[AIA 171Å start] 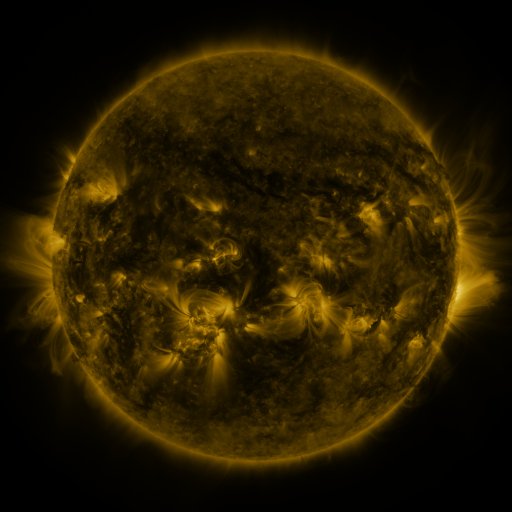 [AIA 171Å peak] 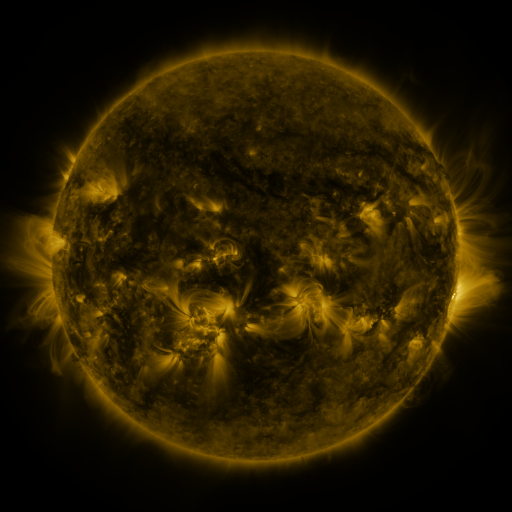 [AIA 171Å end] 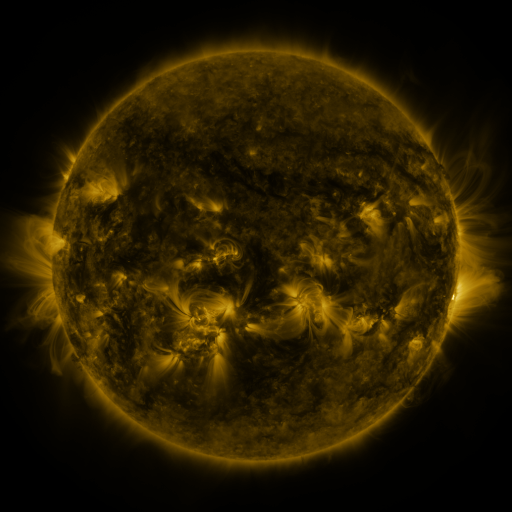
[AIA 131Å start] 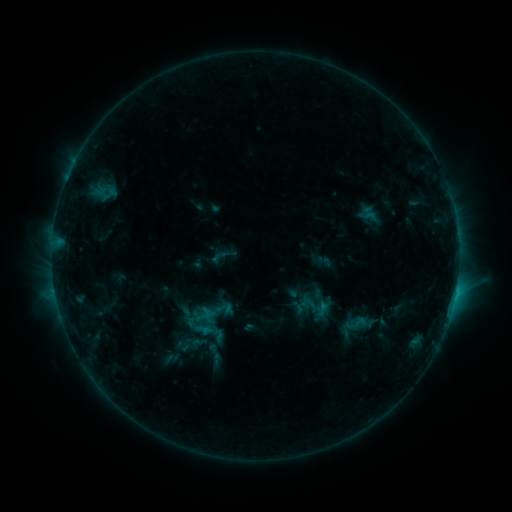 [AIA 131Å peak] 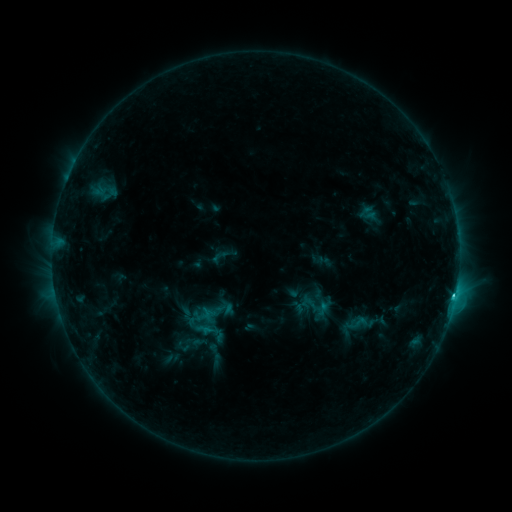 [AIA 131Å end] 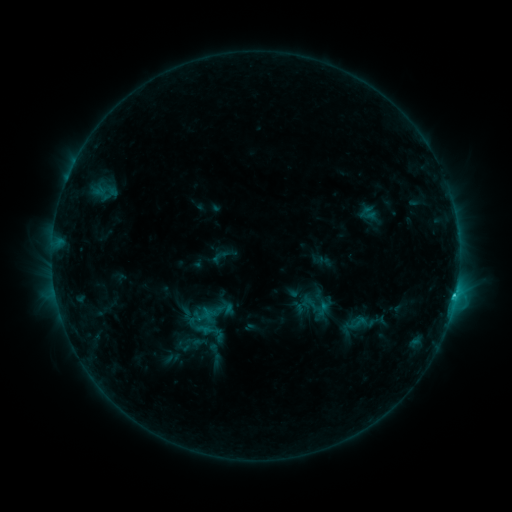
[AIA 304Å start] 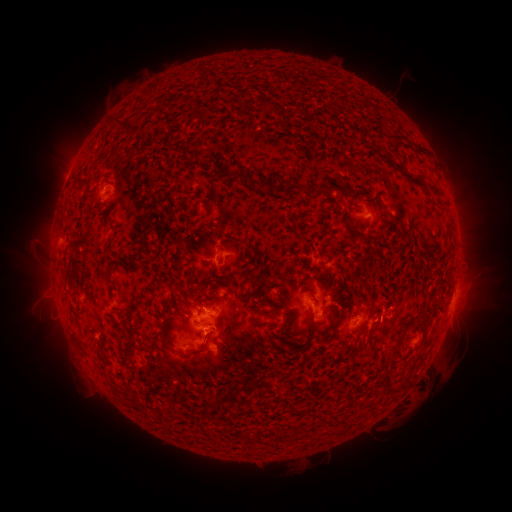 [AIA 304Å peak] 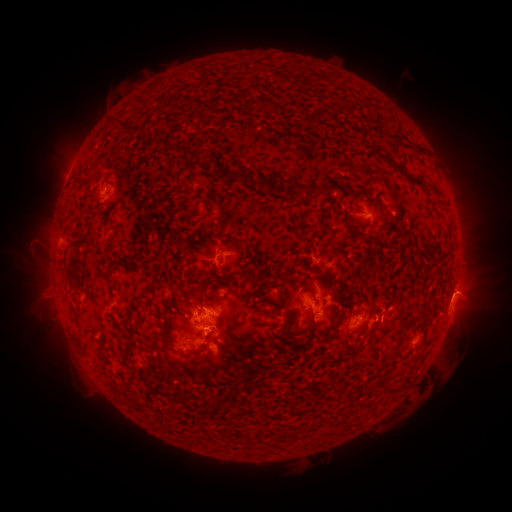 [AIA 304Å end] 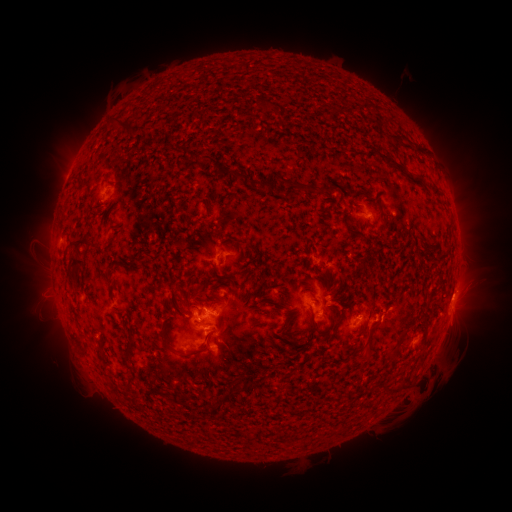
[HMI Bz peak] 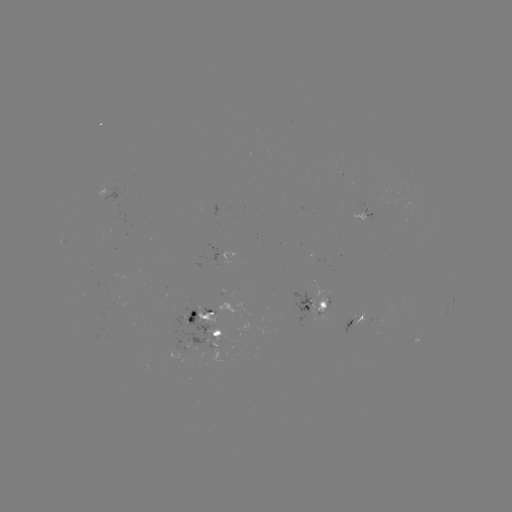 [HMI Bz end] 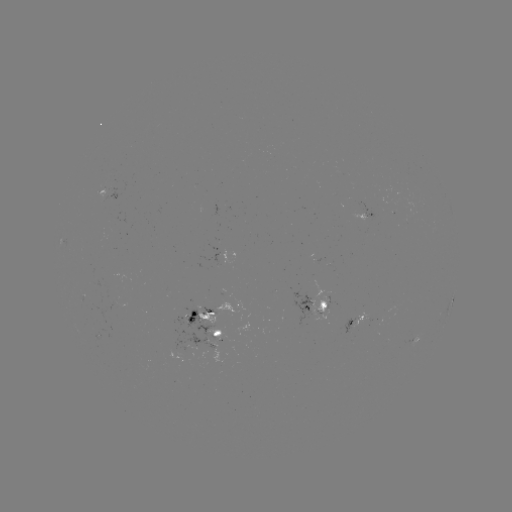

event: flare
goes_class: C1.8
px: (452, 297)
